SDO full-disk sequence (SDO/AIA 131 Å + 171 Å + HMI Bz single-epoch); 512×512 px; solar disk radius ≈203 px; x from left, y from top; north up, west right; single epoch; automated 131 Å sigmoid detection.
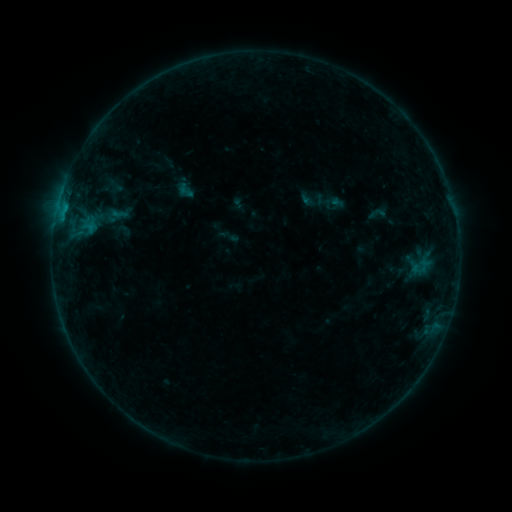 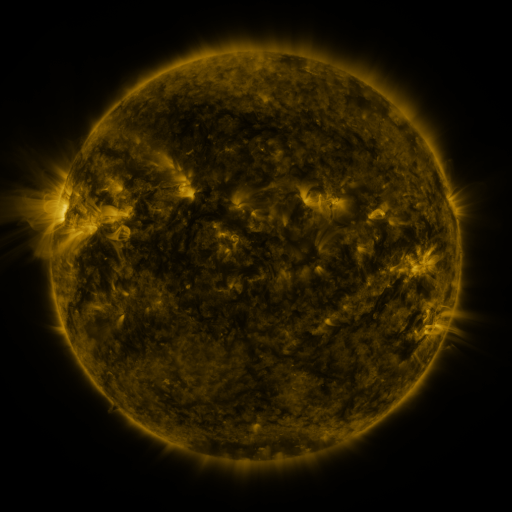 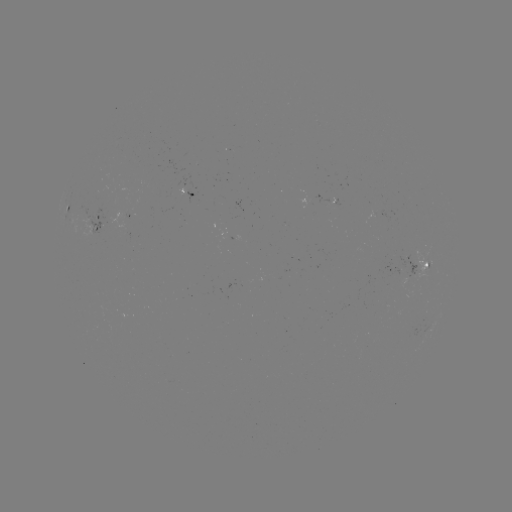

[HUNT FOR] sigmoid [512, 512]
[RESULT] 377,213